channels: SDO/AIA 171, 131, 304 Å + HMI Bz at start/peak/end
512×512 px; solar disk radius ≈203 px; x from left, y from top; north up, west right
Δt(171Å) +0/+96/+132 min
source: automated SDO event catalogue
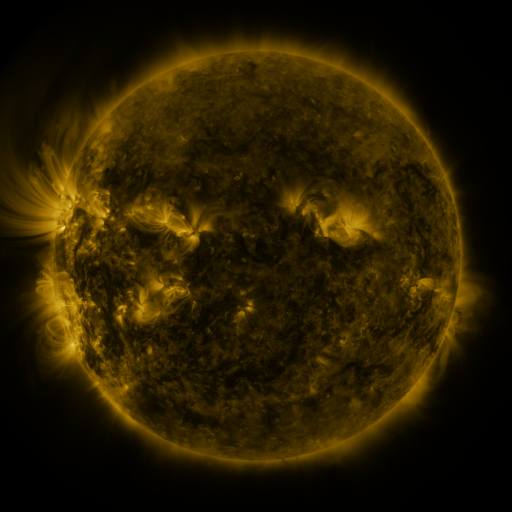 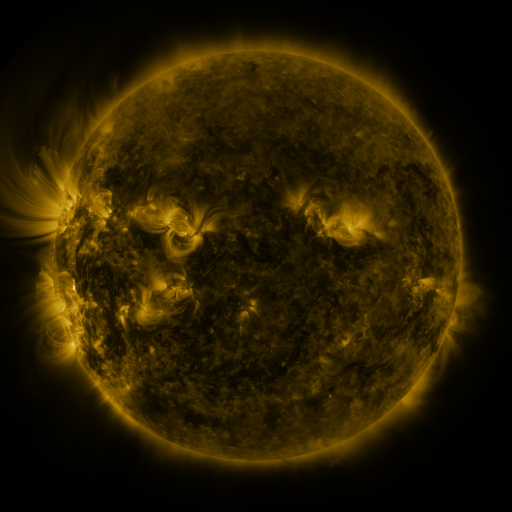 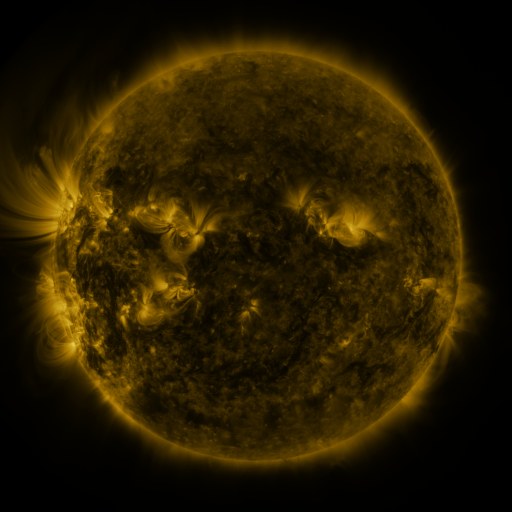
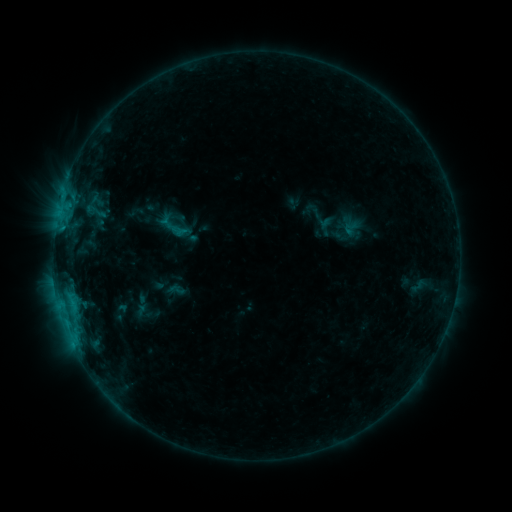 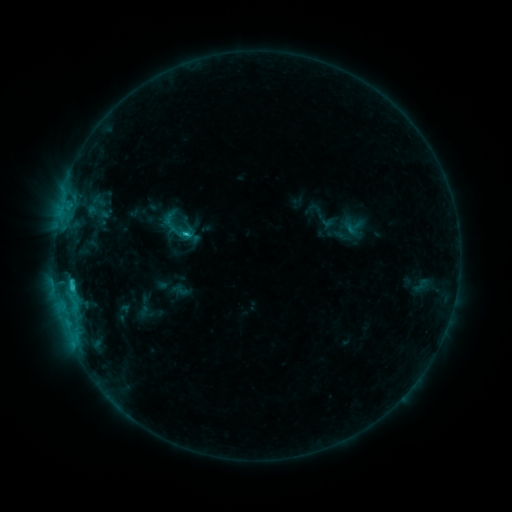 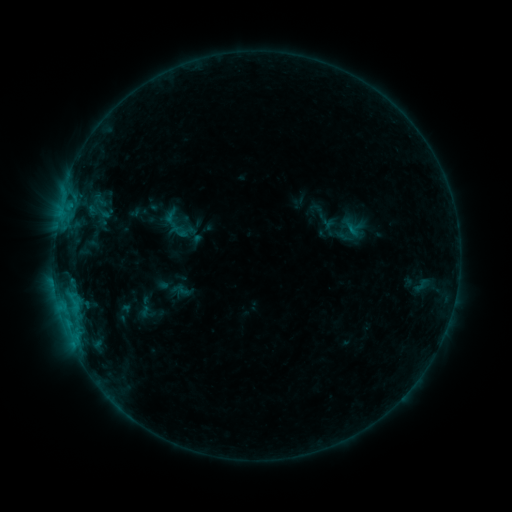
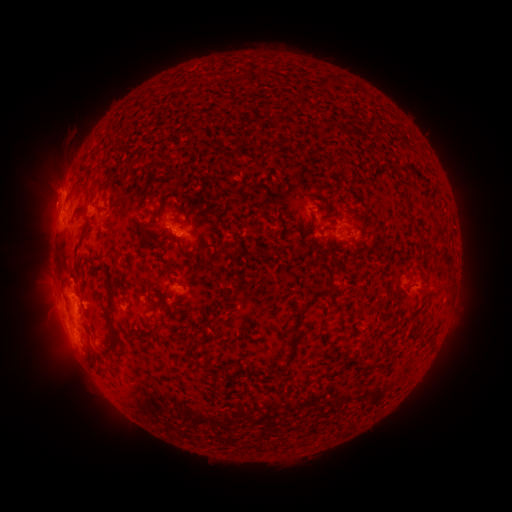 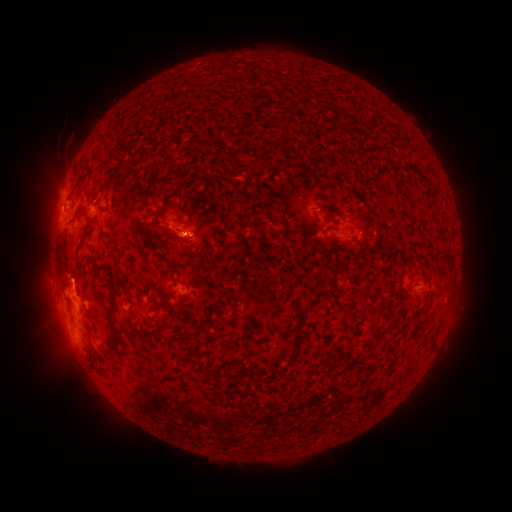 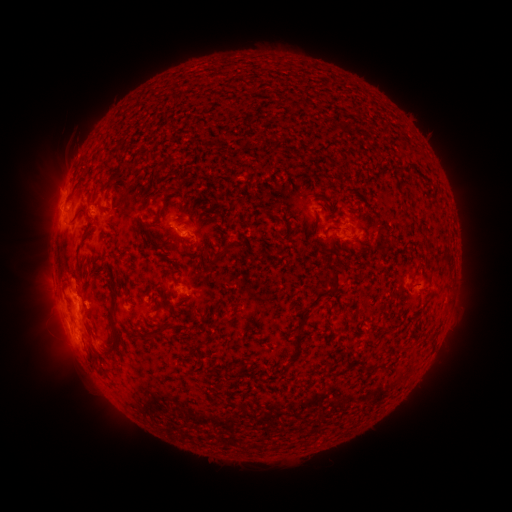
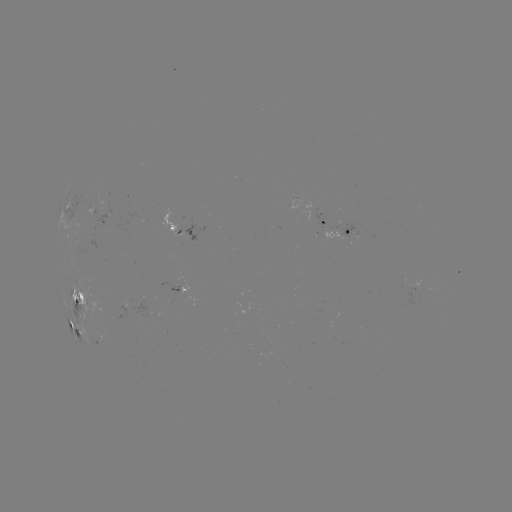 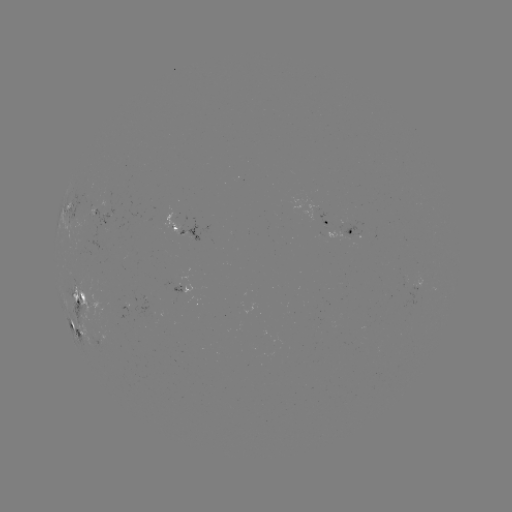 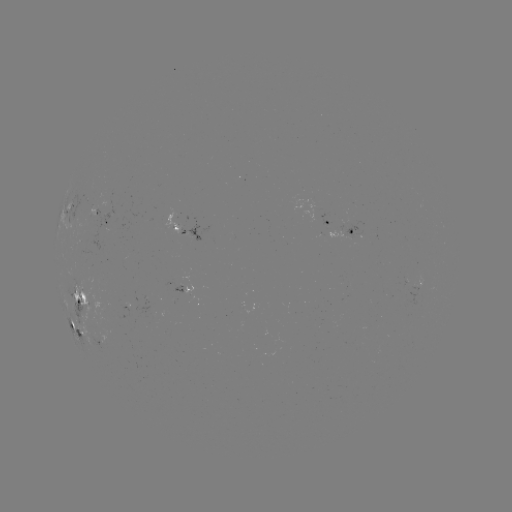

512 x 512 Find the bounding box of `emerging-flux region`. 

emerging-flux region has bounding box [88, 204, 113, 251].